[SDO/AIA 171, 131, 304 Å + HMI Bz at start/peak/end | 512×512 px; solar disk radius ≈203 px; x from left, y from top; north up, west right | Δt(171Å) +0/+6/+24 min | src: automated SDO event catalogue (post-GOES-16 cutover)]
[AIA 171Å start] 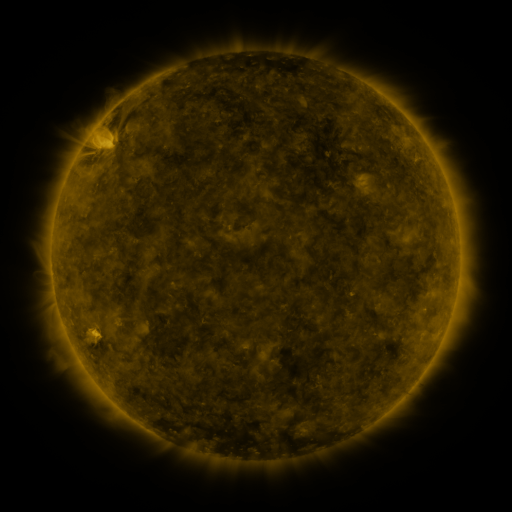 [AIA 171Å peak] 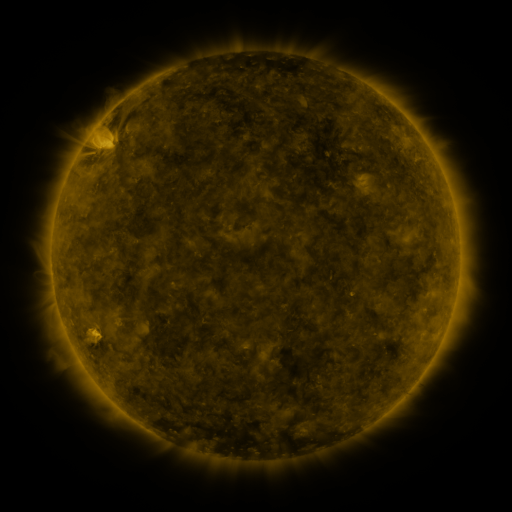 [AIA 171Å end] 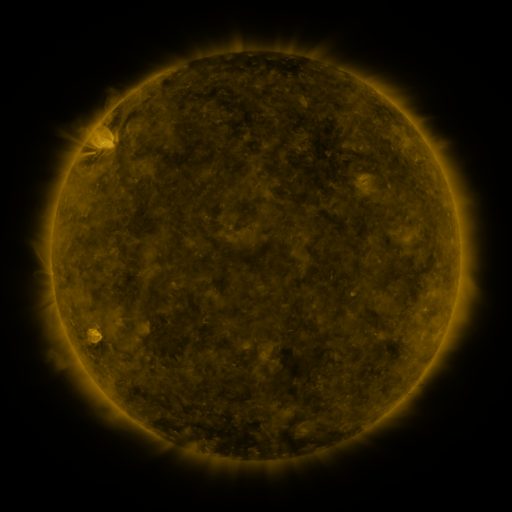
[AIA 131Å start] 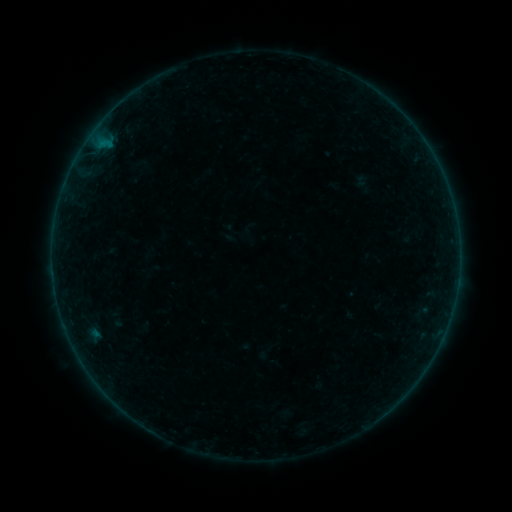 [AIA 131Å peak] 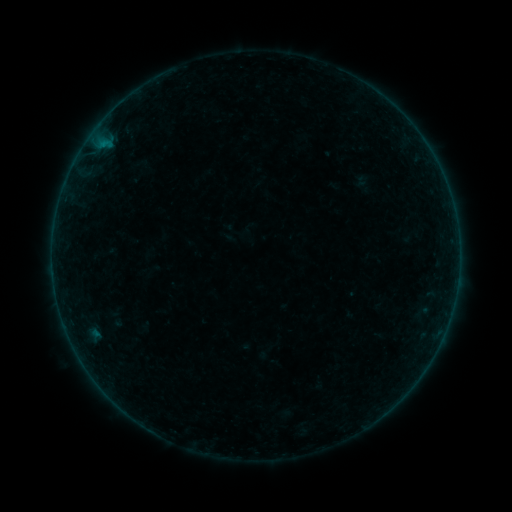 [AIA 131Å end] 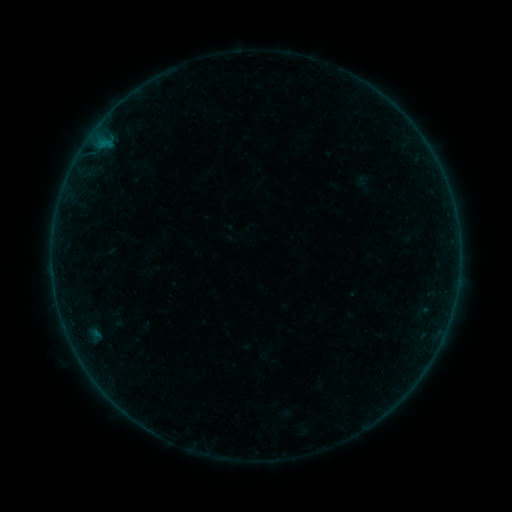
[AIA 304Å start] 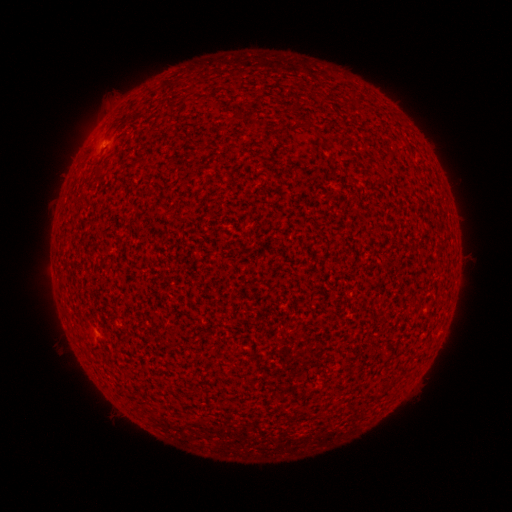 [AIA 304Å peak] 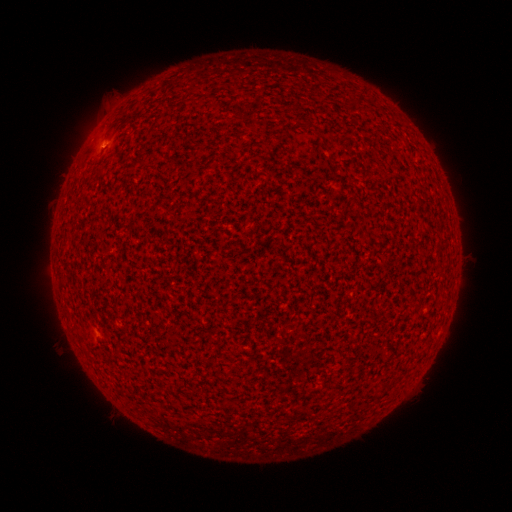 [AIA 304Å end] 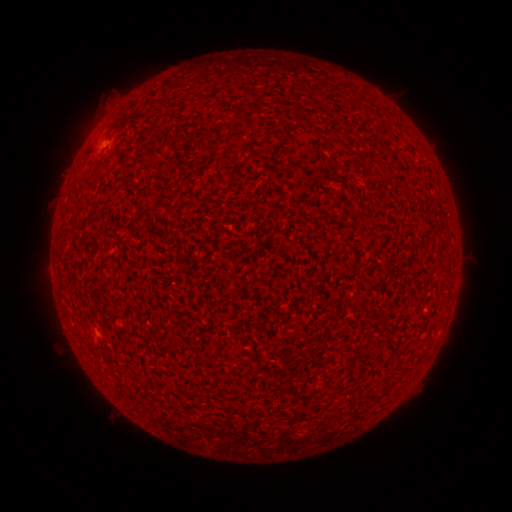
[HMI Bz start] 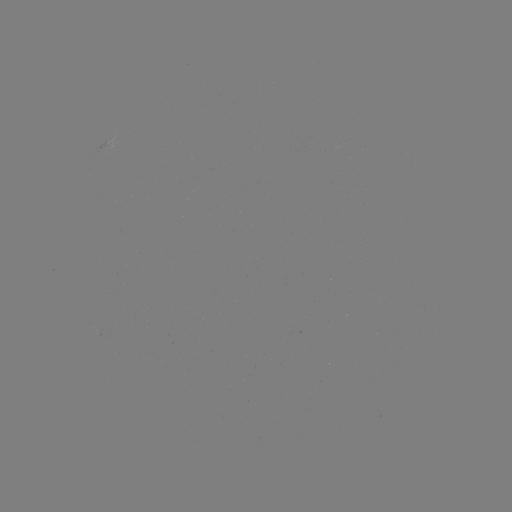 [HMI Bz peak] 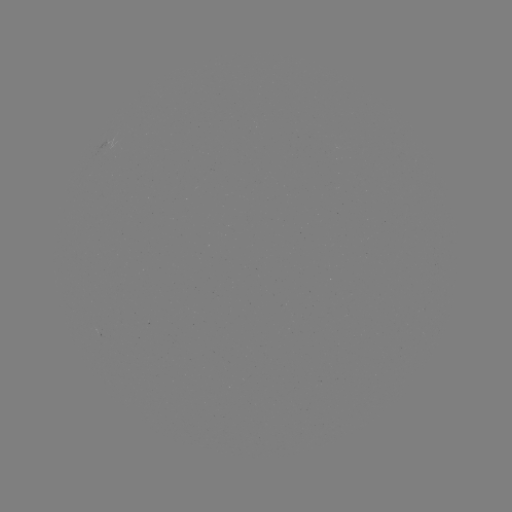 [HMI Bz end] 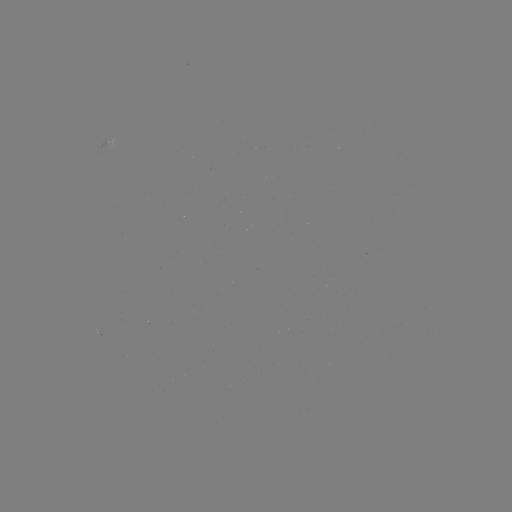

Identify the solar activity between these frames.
A6.5 flare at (103, 145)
